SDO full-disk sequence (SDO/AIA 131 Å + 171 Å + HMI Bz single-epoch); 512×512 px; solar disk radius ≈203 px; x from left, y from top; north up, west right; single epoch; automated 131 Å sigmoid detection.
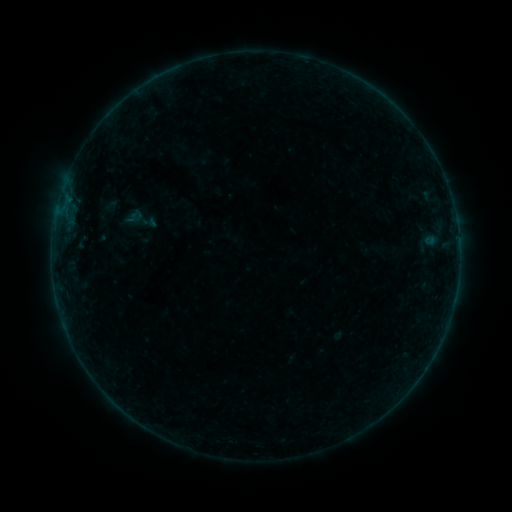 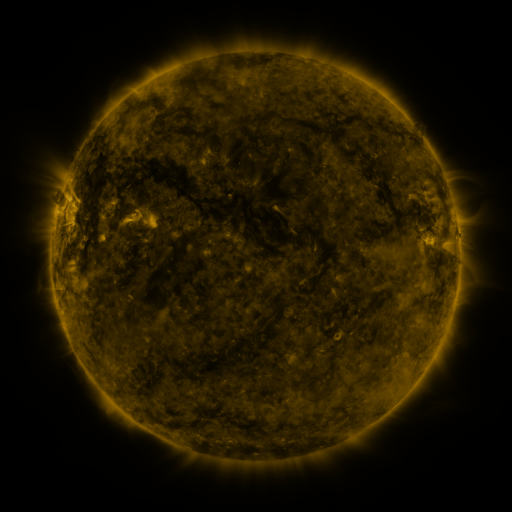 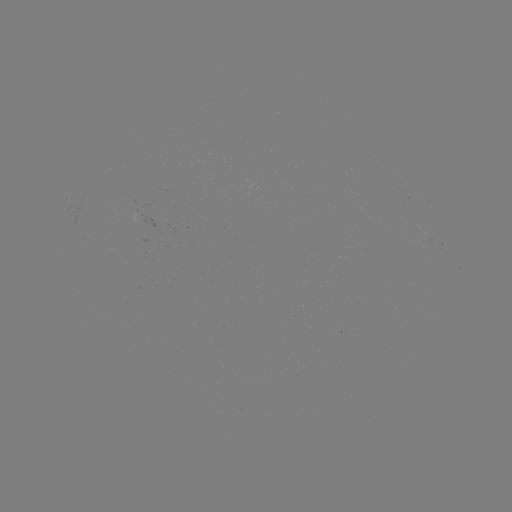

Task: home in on sigmoid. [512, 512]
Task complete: [140, 219].